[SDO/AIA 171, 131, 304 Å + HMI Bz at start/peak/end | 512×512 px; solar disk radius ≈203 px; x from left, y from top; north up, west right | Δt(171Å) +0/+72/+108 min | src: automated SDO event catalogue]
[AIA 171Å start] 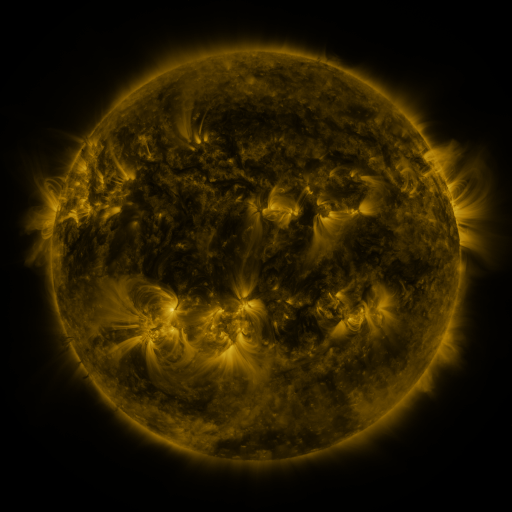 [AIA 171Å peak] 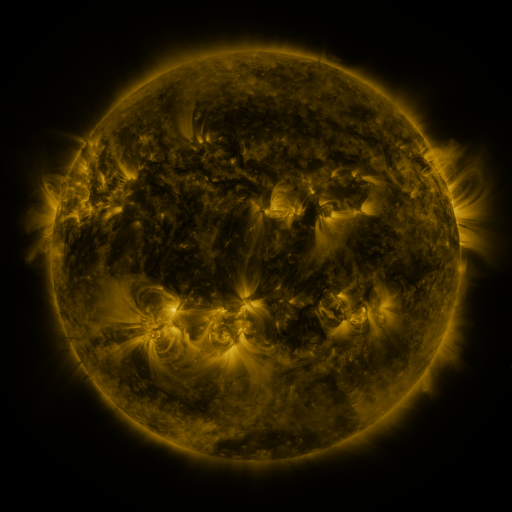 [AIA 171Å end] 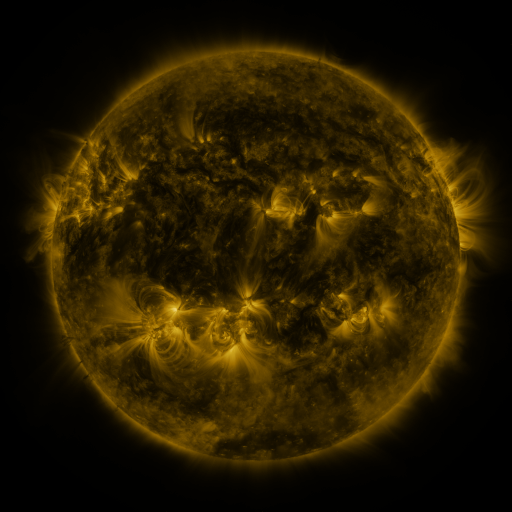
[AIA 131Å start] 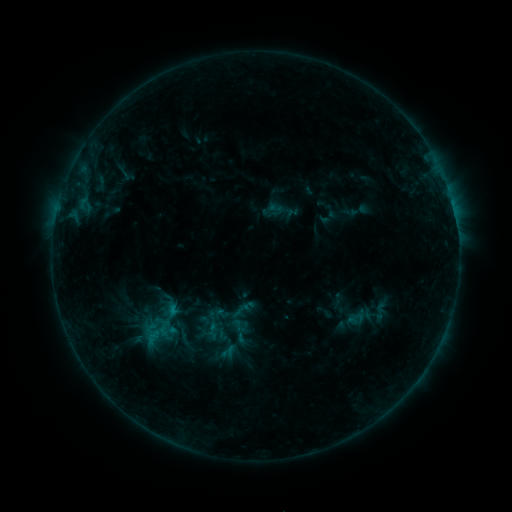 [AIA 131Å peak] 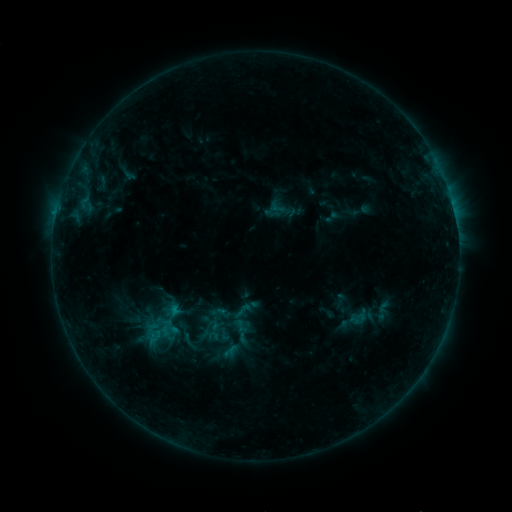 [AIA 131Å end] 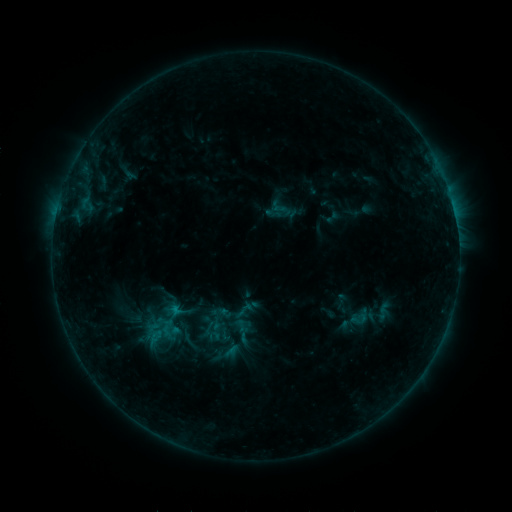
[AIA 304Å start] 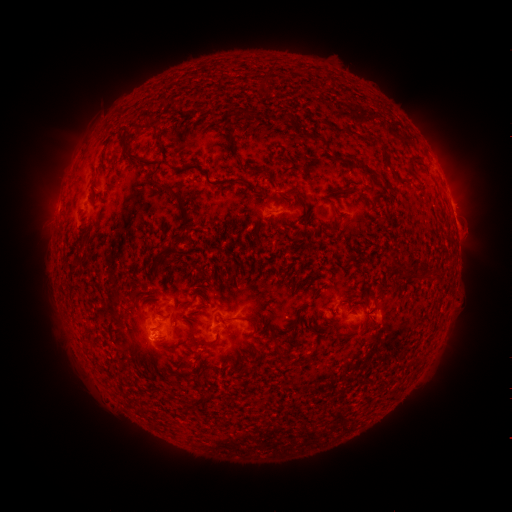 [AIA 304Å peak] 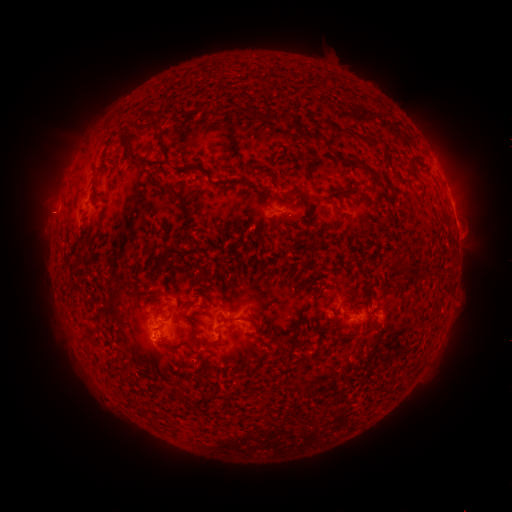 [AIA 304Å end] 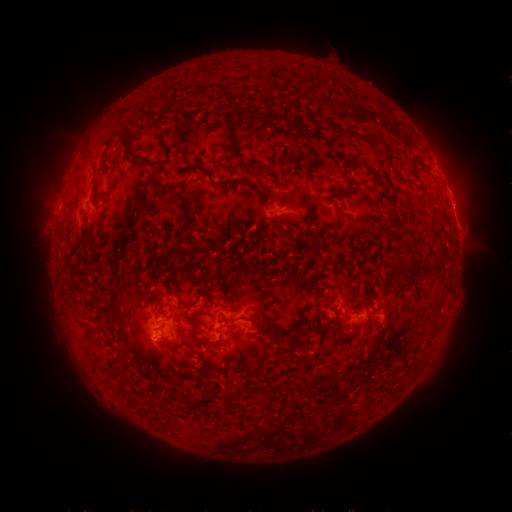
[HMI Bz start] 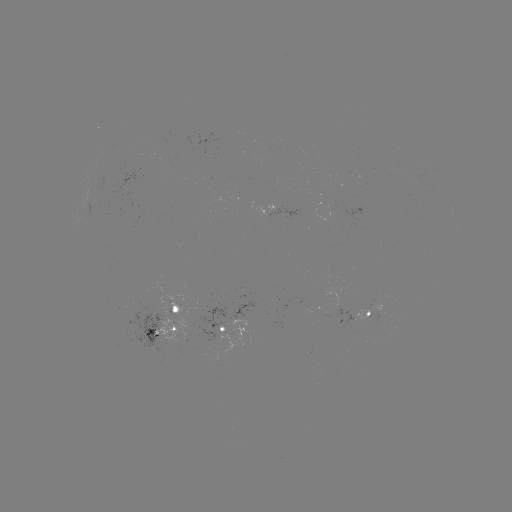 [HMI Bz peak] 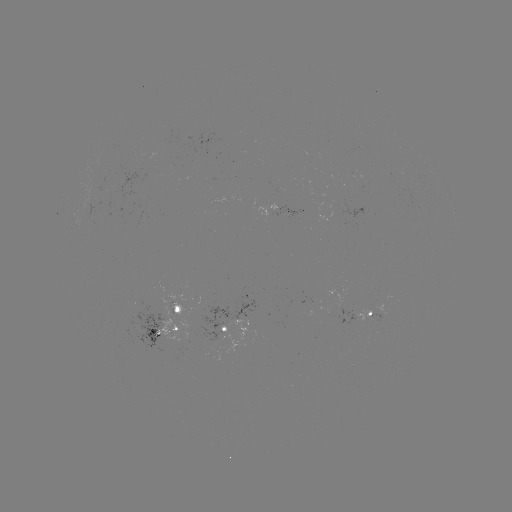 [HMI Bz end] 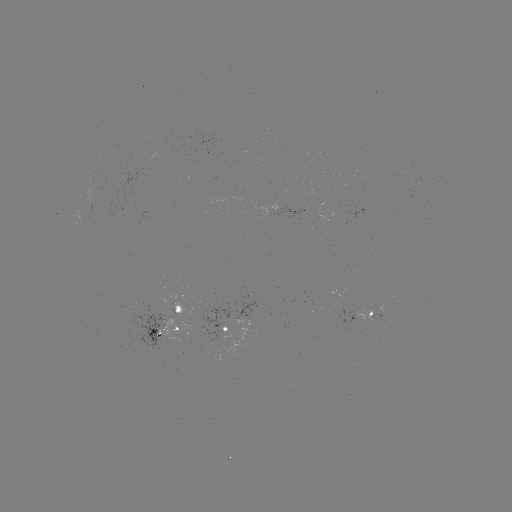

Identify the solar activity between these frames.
emerging-flux region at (268, 211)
